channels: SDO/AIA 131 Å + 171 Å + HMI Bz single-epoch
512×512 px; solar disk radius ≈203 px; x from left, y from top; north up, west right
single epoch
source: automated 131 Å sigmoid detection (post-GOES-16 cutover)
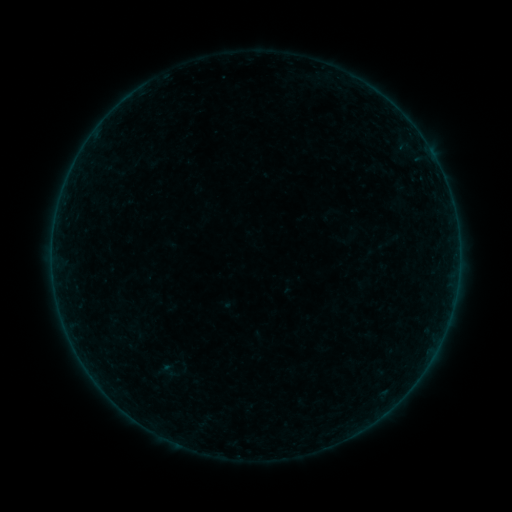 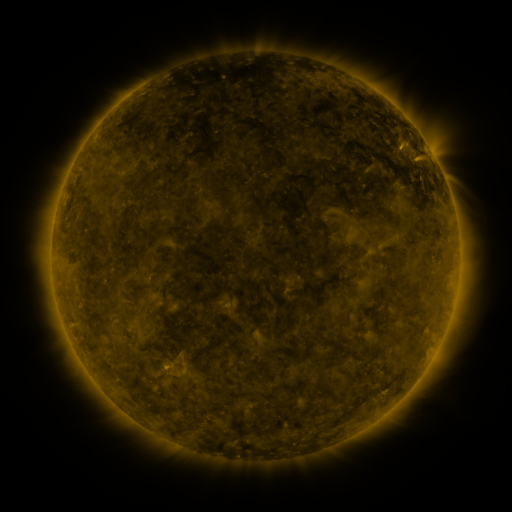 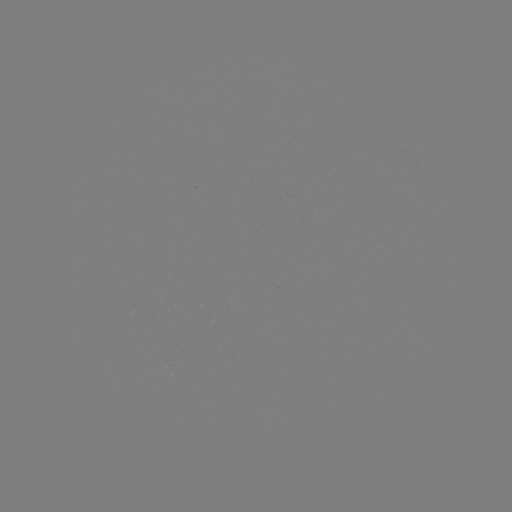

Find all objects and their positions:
sigmoid: (151, 357, 187, 384)
